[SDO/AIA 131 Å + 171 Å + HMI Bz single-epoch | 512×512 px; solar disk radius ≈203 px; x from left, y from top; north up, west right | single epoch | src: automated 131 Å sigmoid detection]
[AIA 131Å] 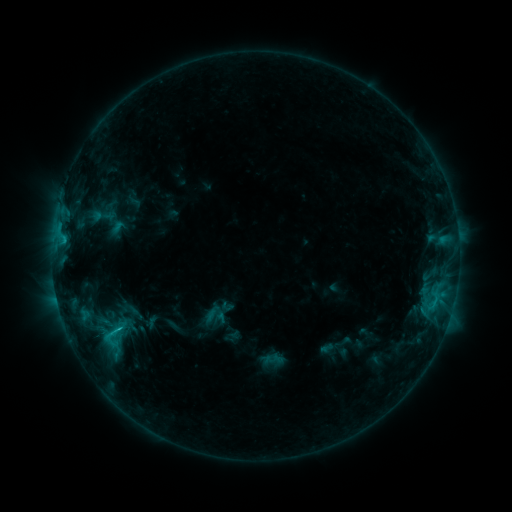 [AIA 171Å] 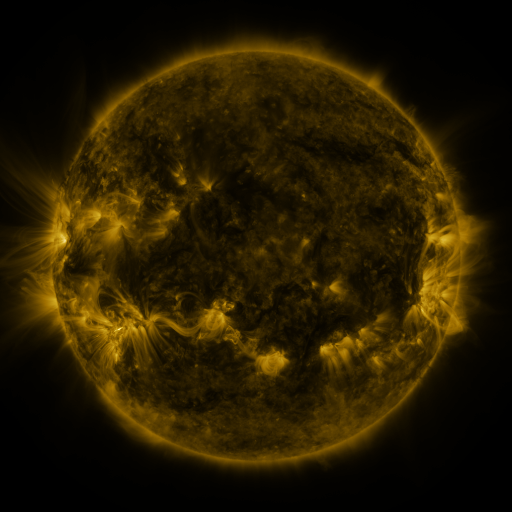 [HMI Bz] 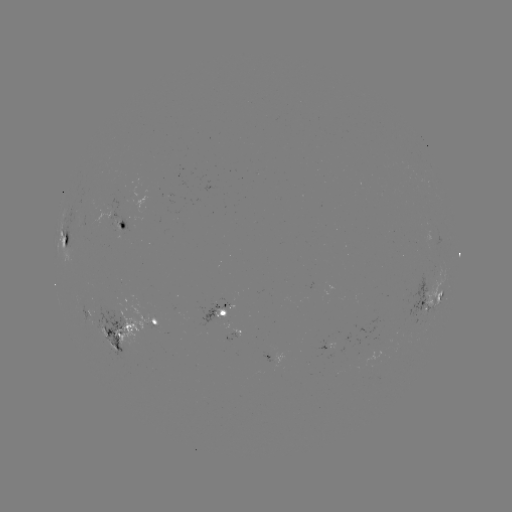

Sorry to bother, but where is sigmoid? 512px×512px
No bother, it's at (102, 216).